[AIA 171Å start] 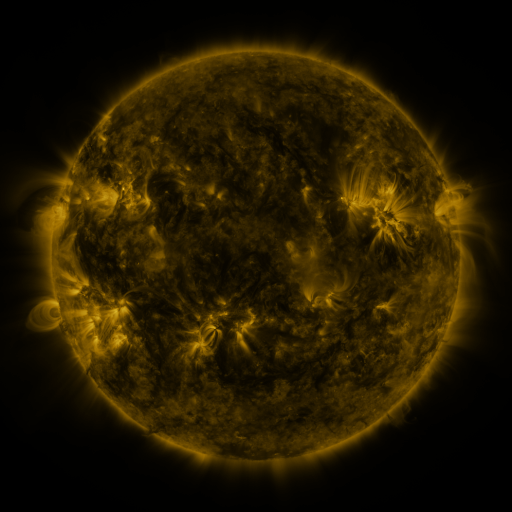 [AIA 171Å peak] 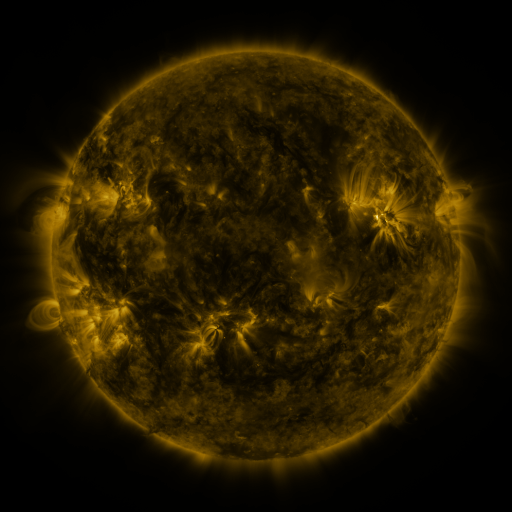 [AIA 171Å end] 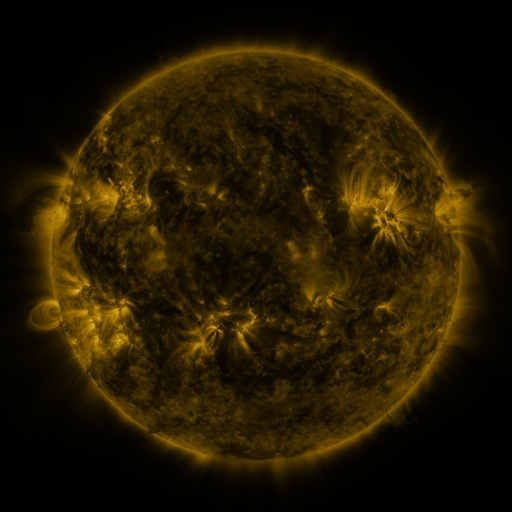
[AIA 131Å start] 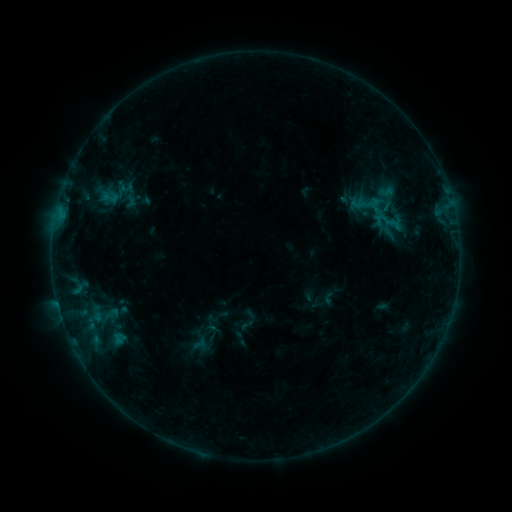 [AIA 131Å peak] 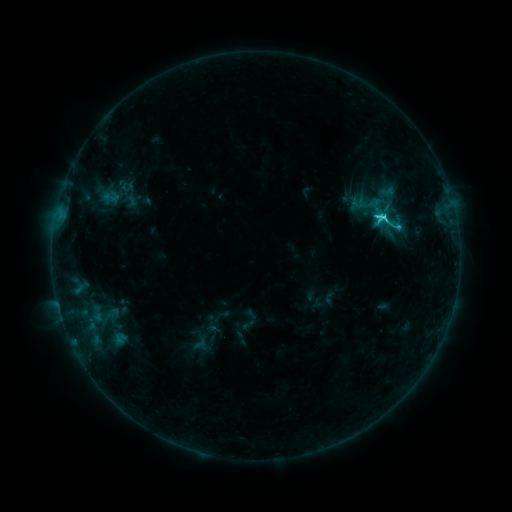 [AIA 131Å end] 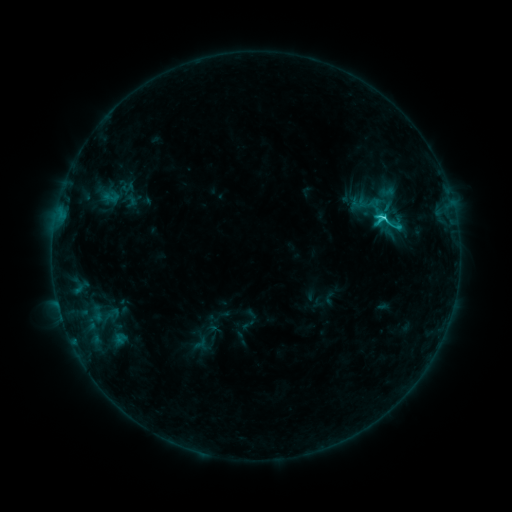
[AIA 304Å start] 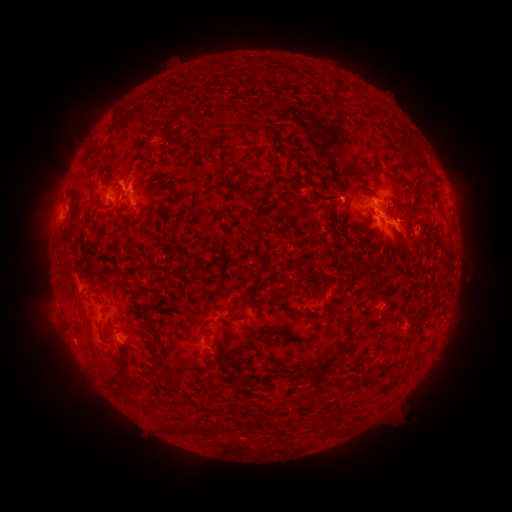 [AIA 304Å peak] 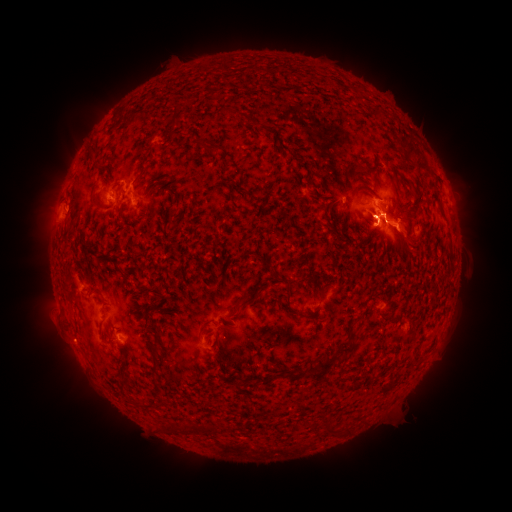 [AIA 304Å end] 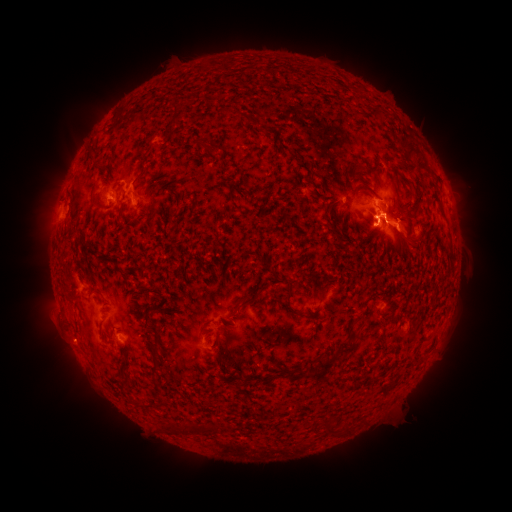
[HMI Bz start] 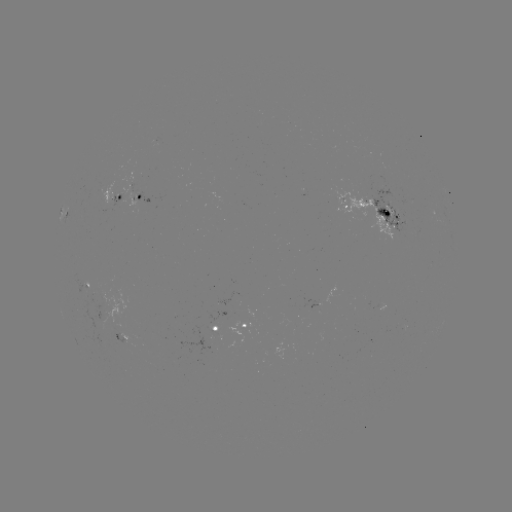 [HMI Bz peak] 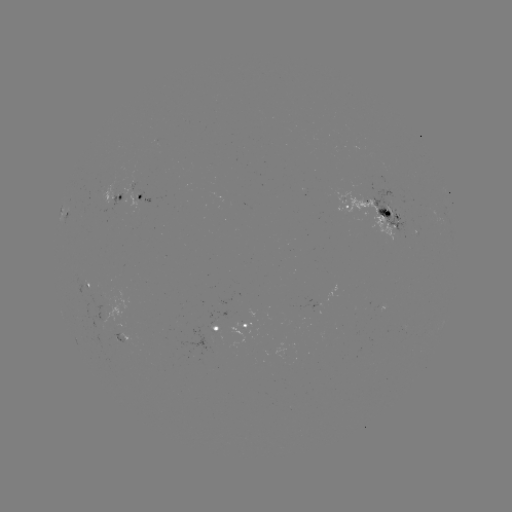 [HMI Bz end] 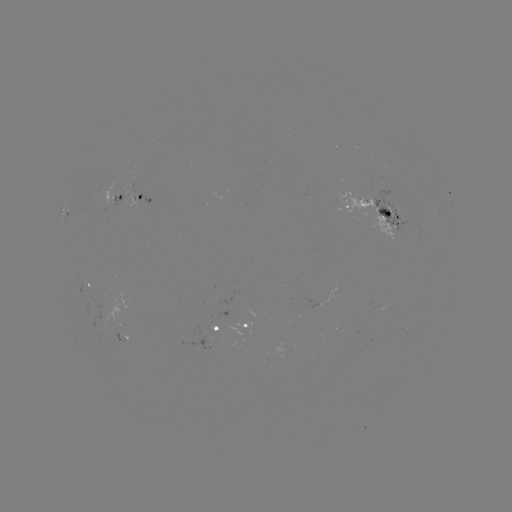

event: flare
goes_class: C4.1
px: (383, 220)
